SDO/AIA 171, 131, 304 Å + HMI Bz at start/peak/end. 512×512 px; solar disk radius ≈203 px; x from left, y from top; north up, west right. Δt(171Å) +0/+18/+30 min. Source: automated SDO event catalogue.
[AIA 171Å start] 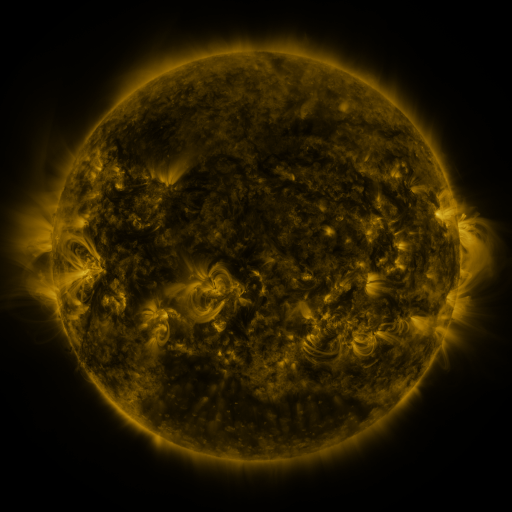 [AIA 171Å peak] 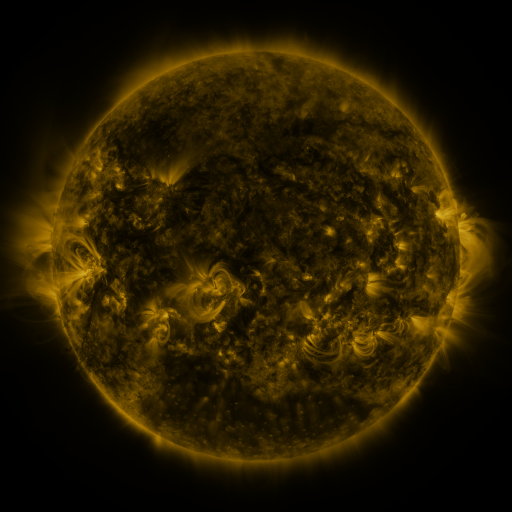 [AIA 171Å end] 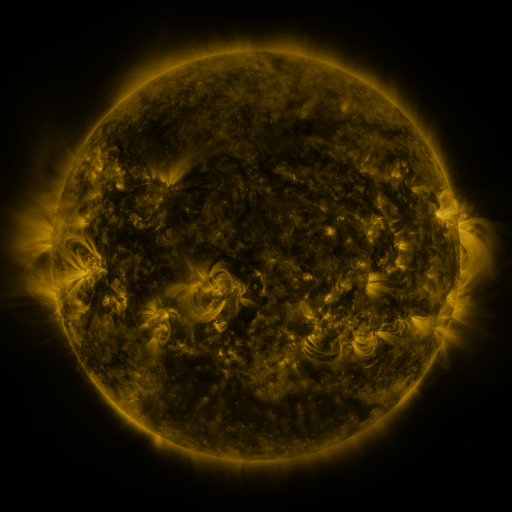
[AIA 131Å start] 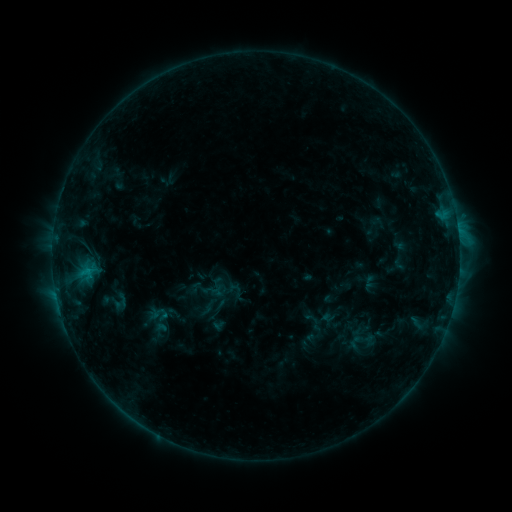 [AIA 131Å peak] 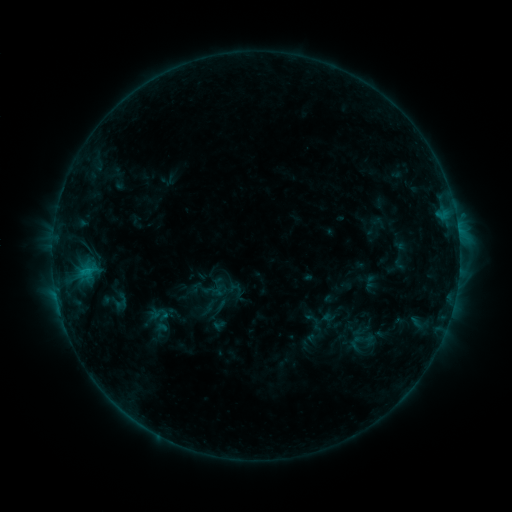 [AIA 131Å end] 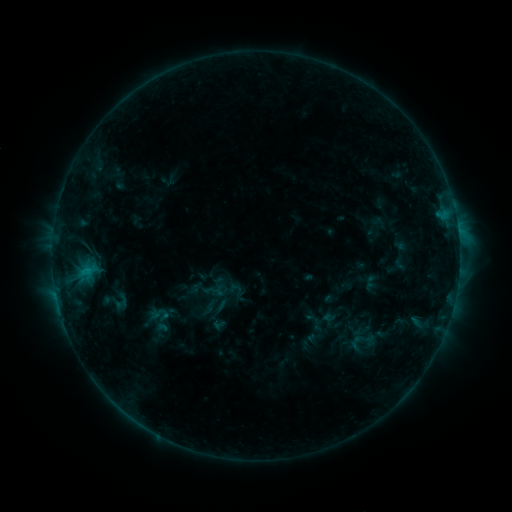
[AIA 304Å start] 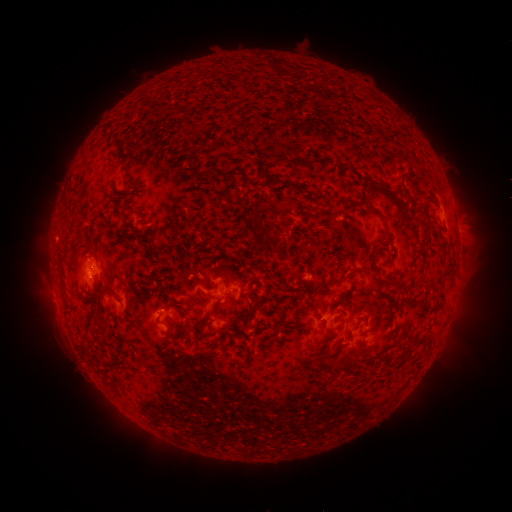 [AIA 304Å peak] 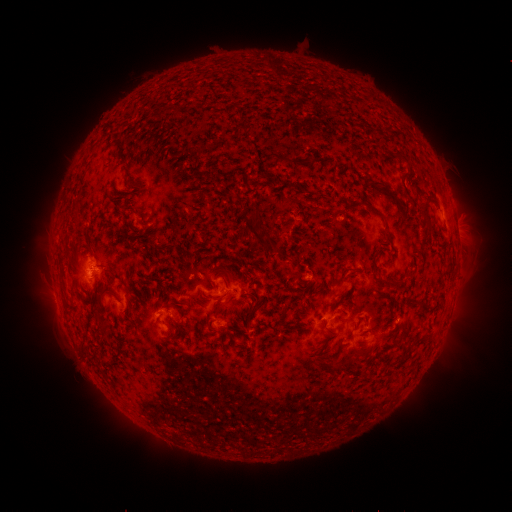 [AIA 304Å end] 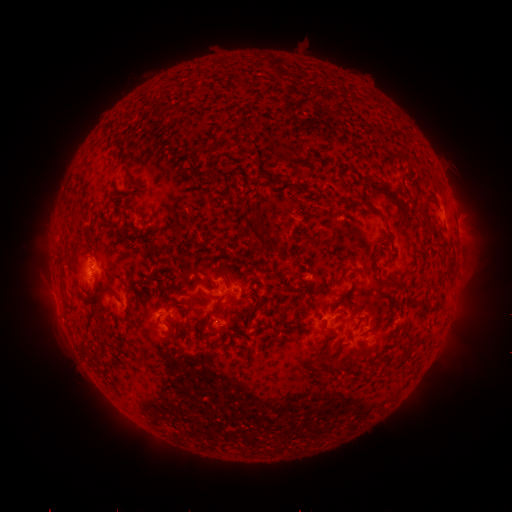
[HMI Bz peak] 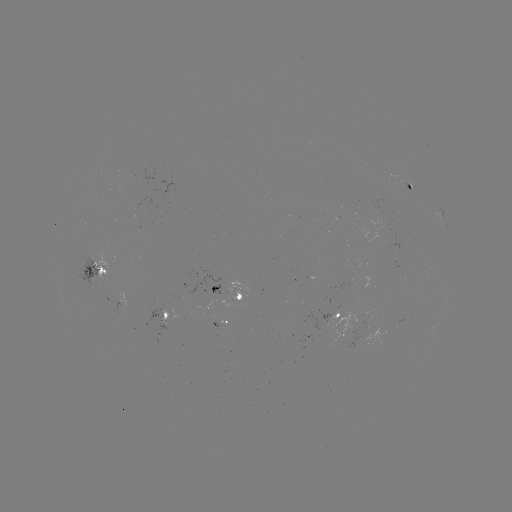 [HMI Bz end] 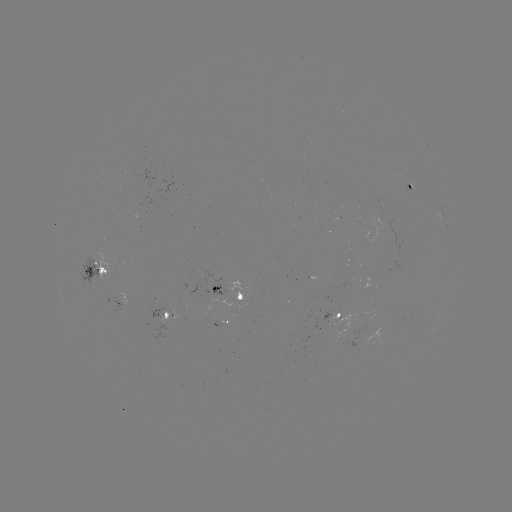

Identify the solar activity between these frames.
no flare in any classed list; no EUV-trigger detection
